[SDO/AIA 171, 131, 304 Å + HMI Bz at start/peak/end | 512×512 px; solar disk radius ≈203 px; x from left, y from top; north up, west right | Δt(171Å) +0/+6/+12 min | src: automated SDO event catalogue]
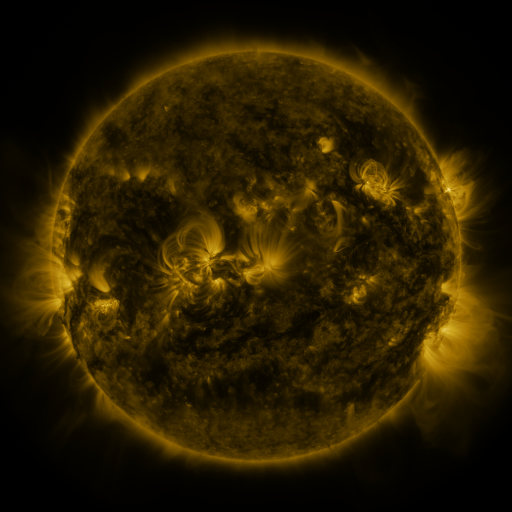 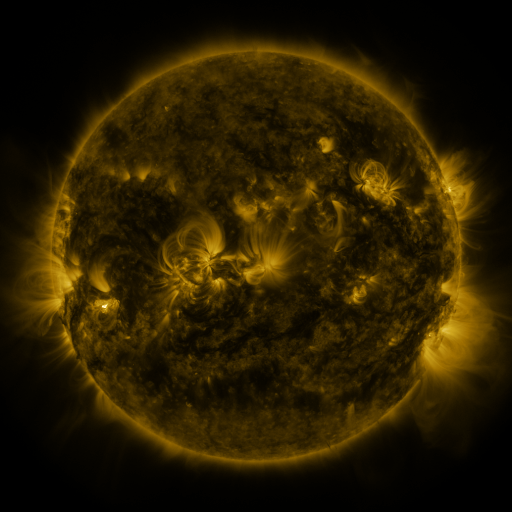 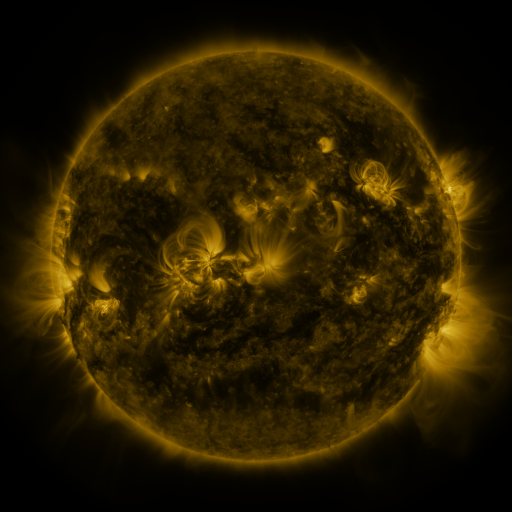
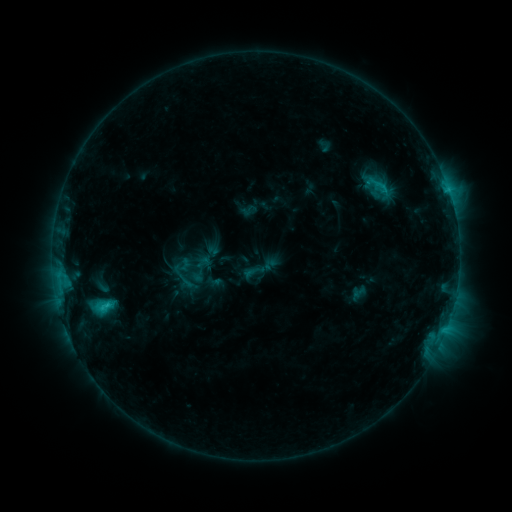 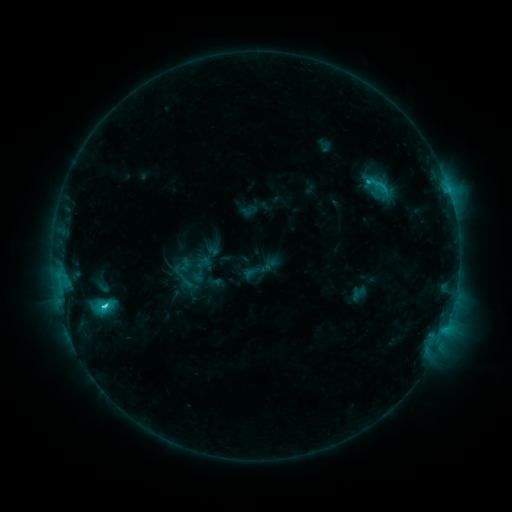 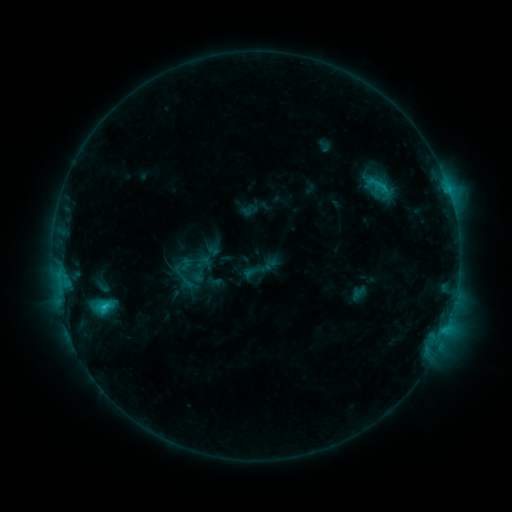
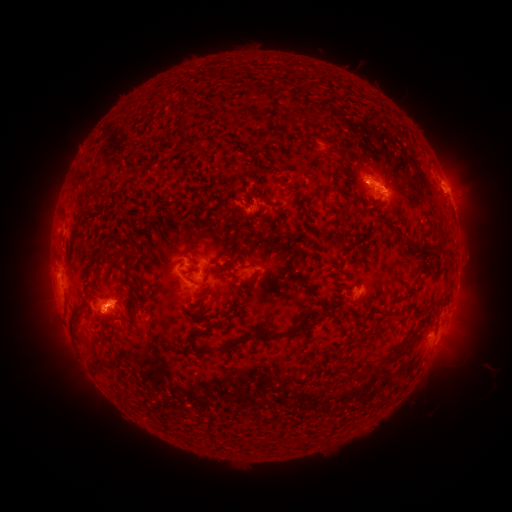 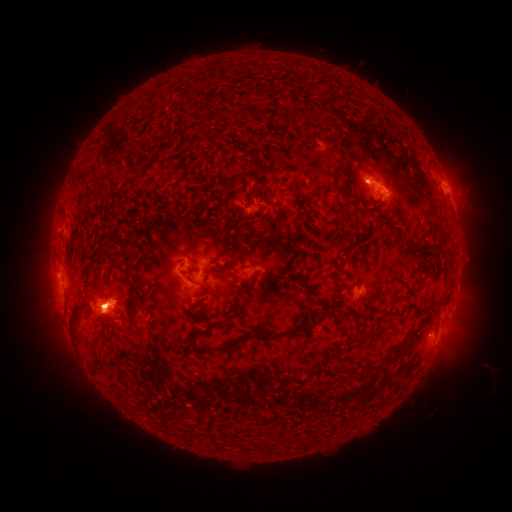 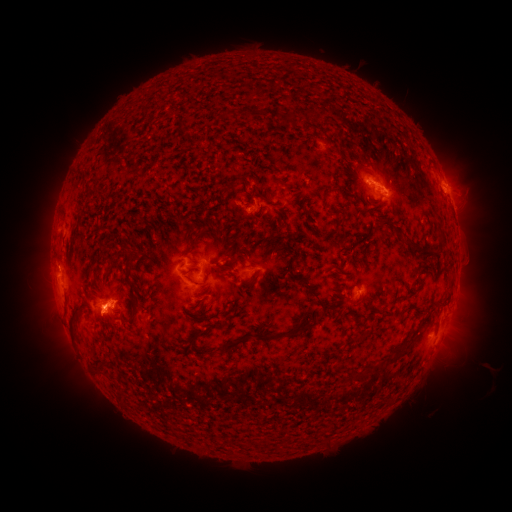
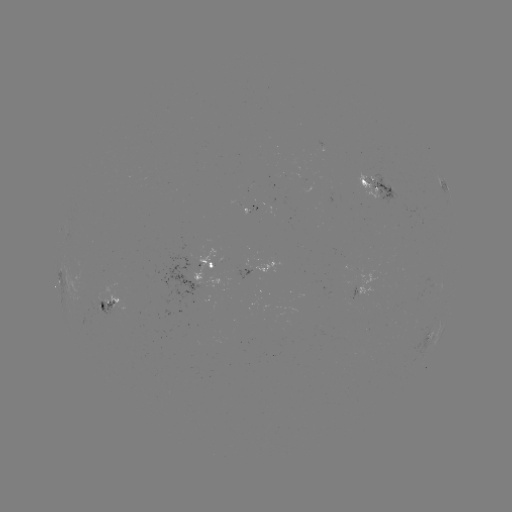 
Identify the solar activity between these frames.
eruption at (56, 279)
